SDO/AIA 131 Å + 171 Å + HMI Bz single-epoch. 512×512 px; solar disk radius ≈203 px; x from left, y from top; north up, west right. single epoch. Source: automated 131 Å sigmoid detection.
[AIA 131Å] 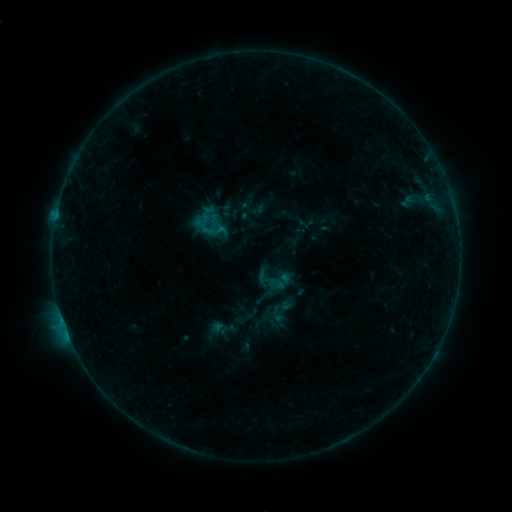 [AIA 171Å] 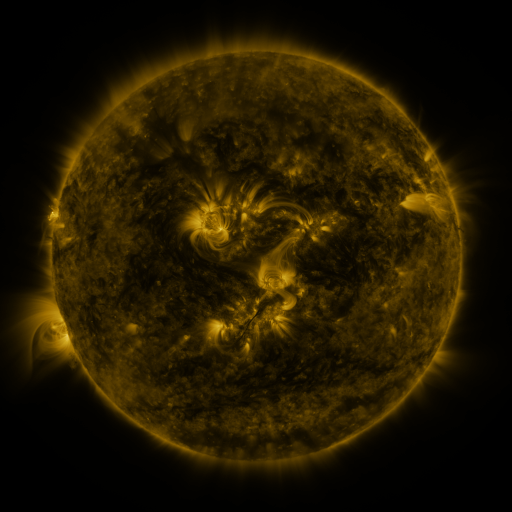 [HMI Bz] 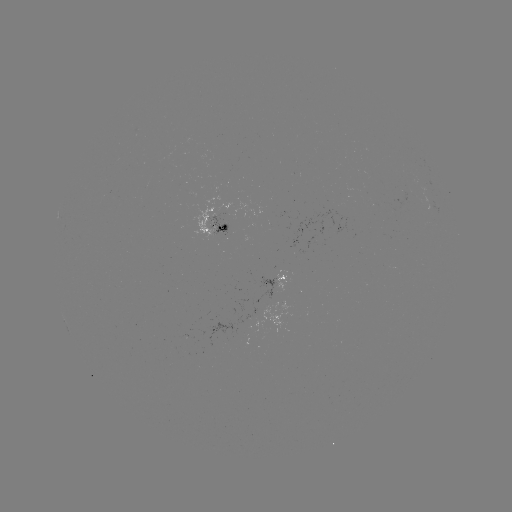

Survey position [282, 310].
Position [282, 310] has sigmoid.